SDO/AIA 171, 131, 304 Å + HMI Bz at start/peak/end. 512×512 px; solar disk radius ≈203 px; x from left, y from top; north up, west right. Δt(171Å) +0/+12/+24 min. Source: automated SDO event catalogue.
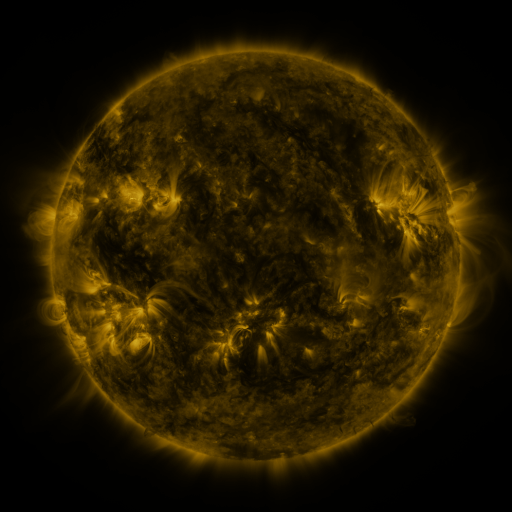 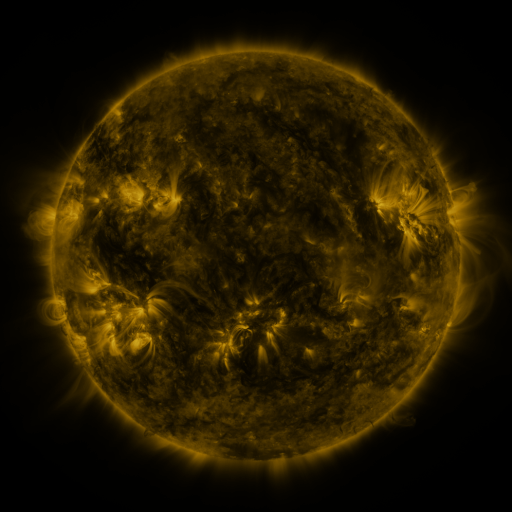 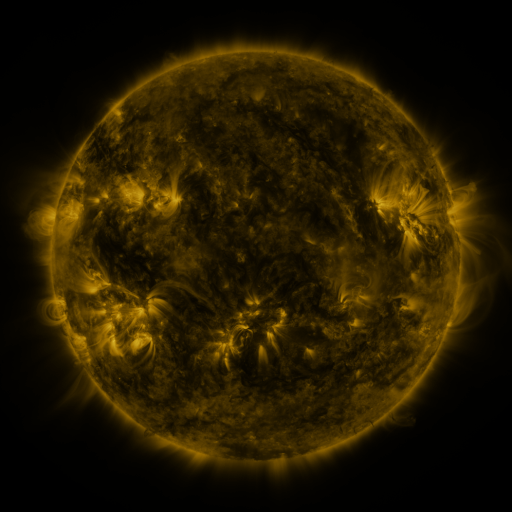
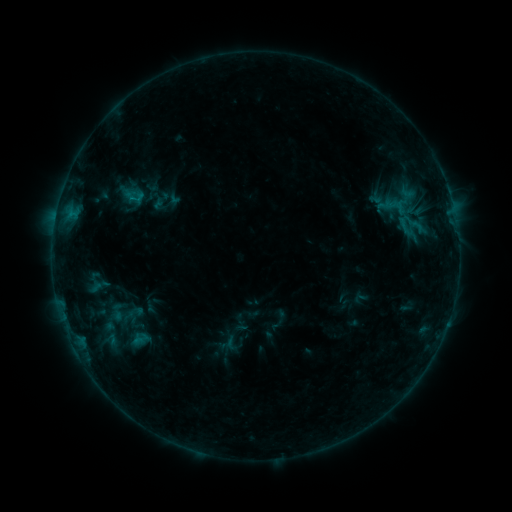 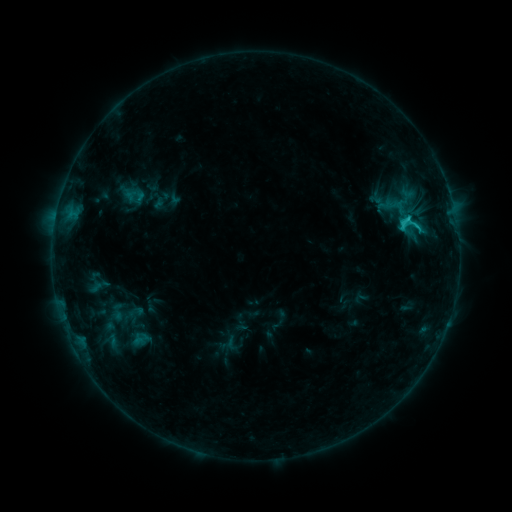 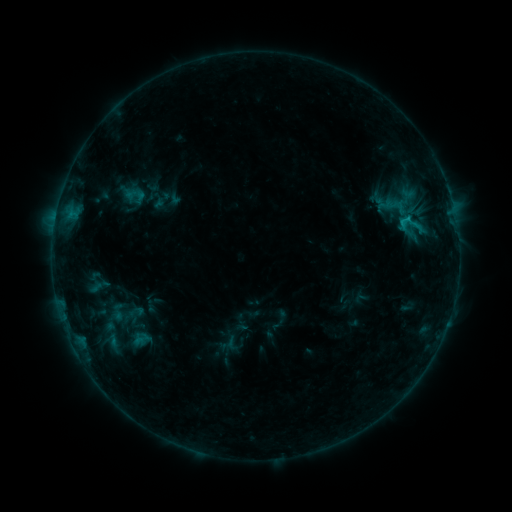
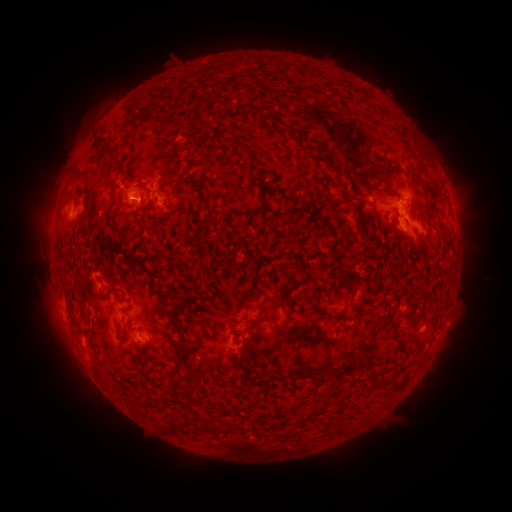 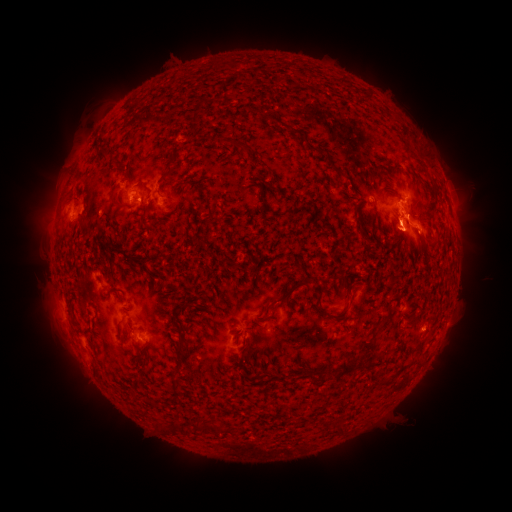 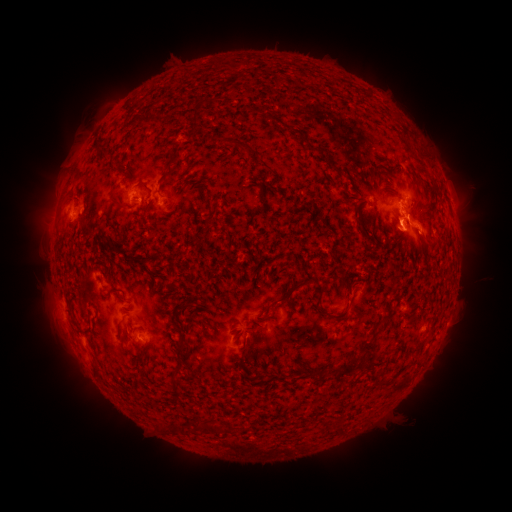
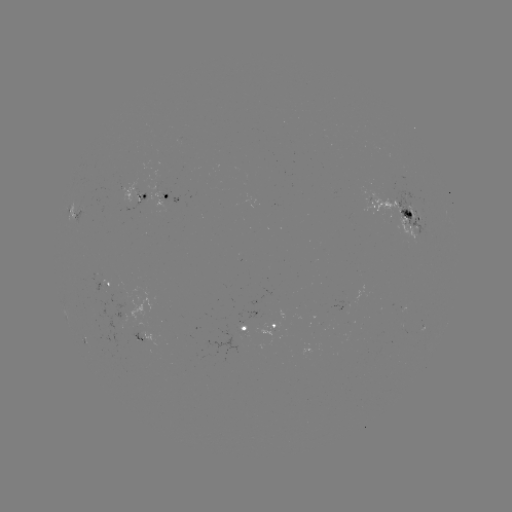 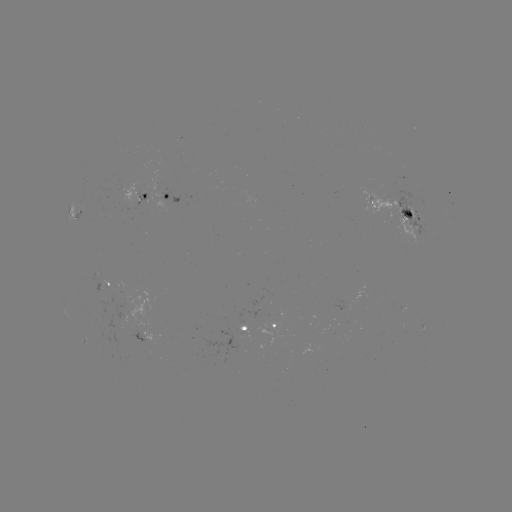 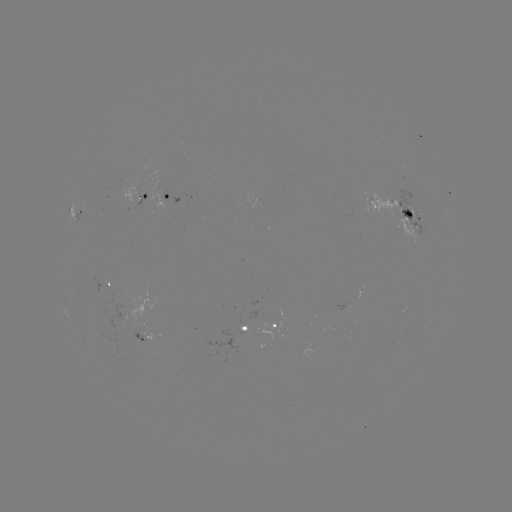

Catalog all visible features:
C1.5 flare: (405, 221)
